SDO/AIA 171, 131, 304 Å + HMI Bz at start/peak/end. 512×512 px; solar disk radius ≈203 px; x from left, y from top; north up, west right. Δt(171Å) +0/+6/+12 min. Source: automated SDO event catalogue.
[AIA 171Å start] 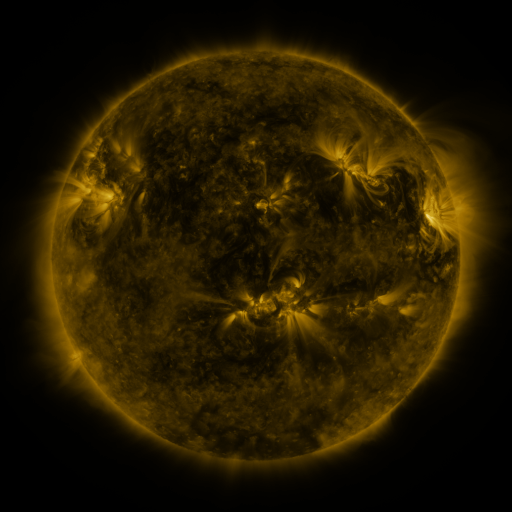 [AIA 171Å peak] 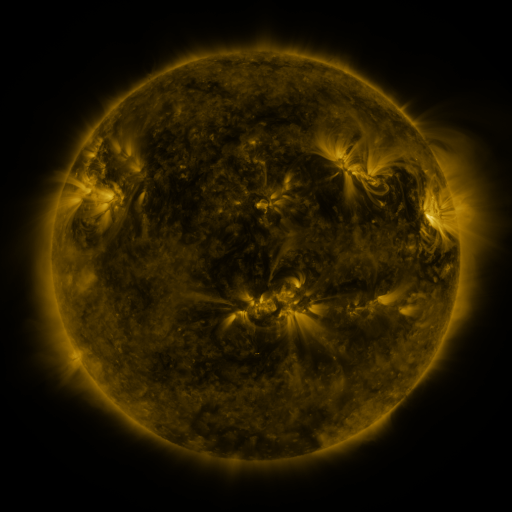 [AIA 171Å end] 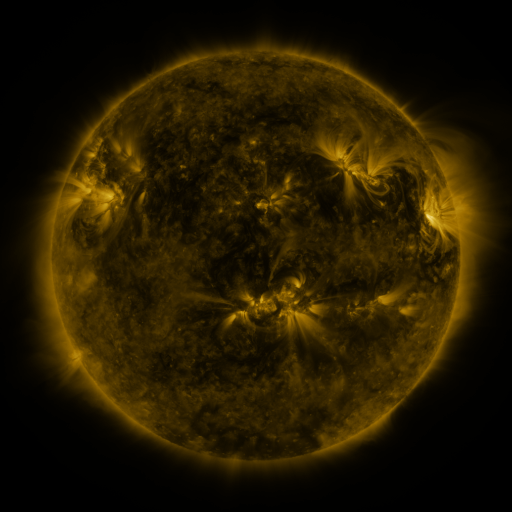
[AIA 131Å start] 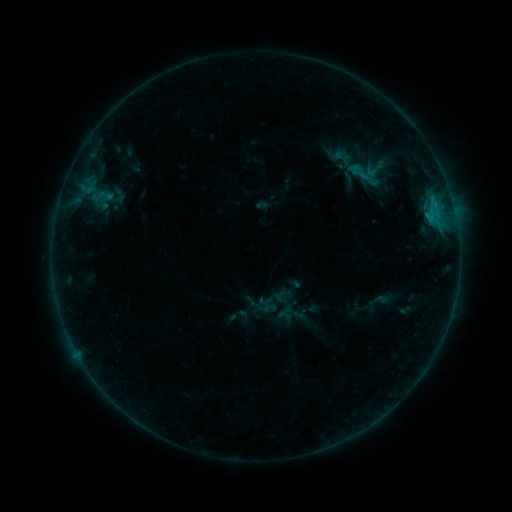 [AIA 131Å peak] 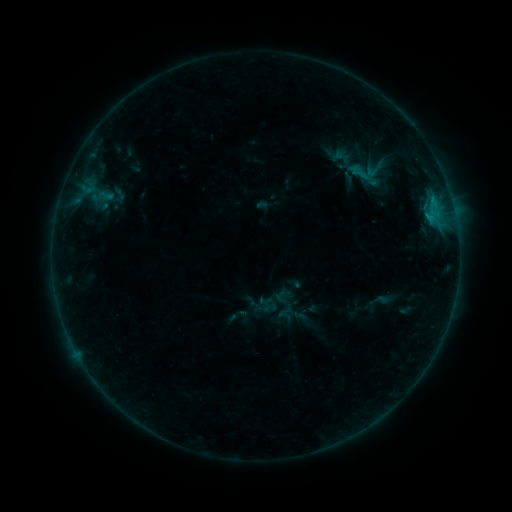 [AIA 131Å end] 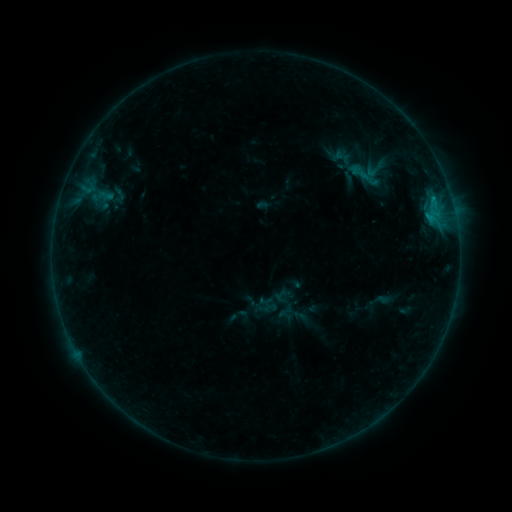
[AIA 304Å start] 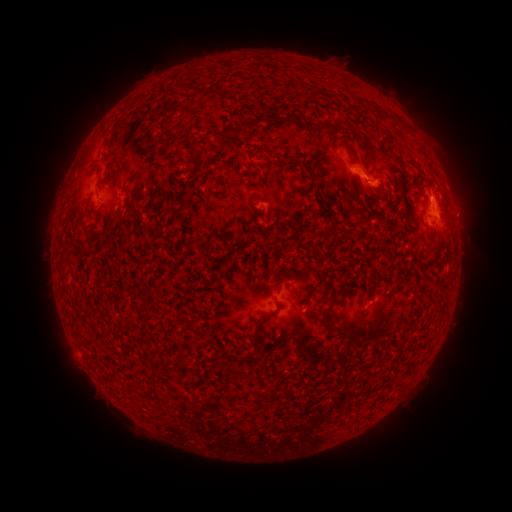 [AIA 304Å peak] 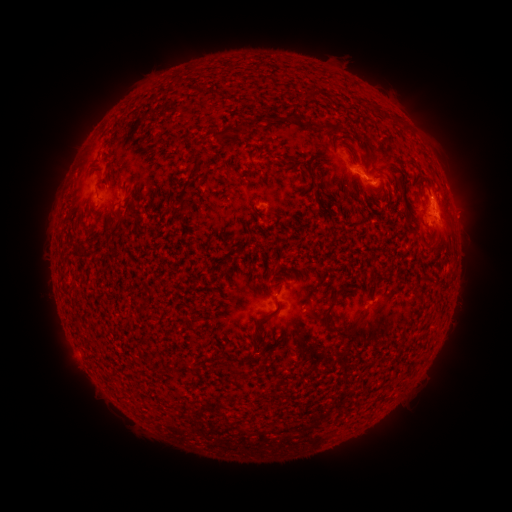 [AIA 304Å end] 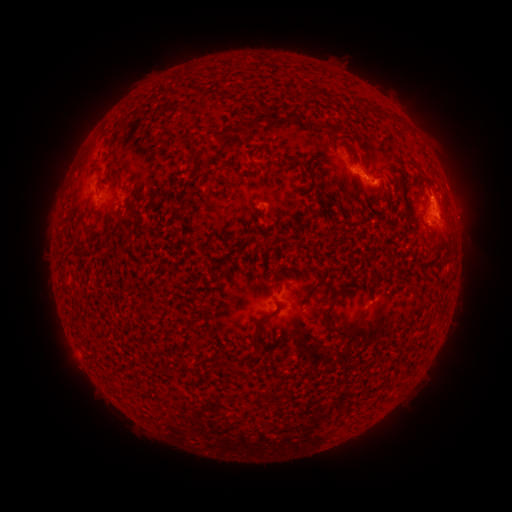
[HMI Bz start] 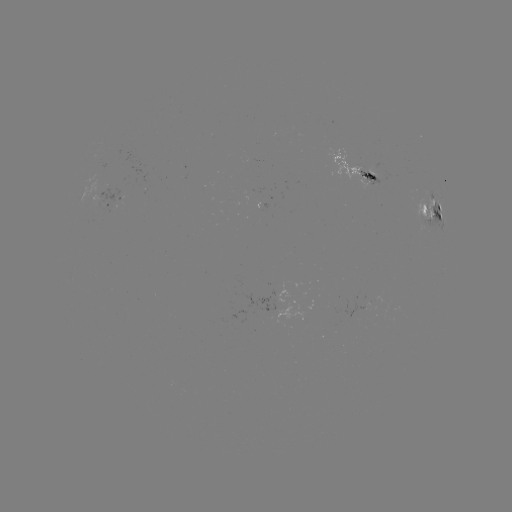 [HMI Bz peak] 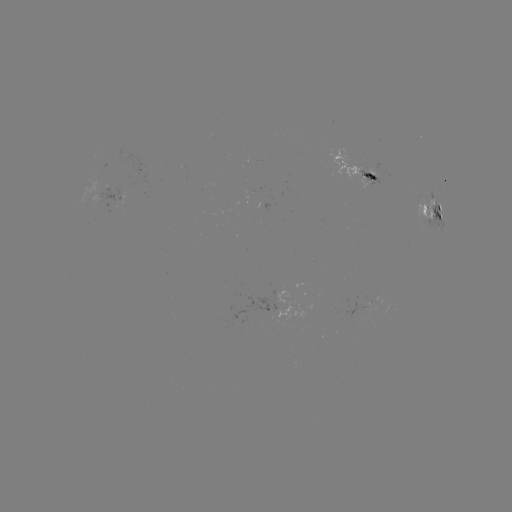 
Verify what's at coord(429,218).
B7.1 flare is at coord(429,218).